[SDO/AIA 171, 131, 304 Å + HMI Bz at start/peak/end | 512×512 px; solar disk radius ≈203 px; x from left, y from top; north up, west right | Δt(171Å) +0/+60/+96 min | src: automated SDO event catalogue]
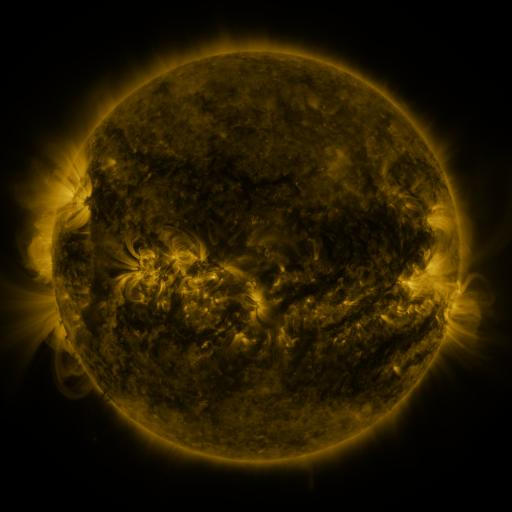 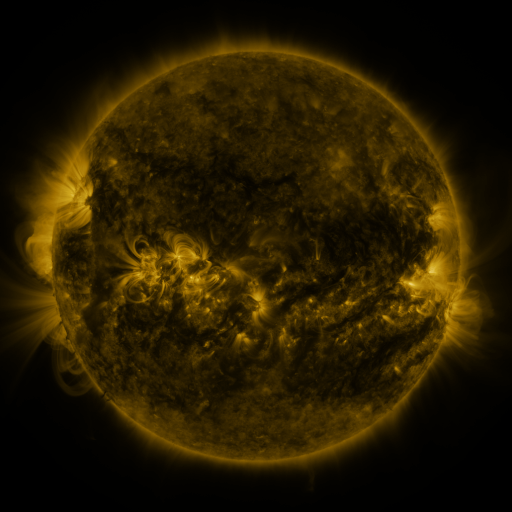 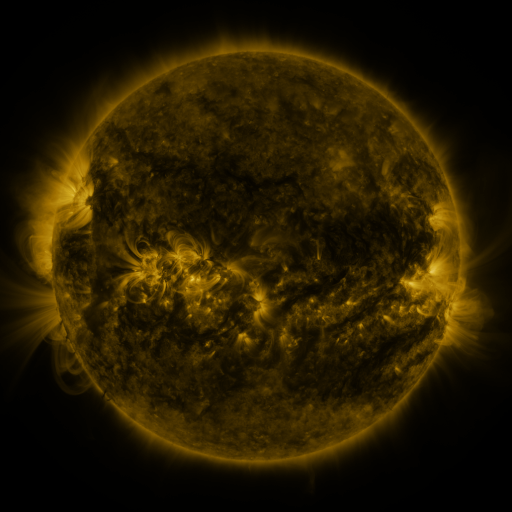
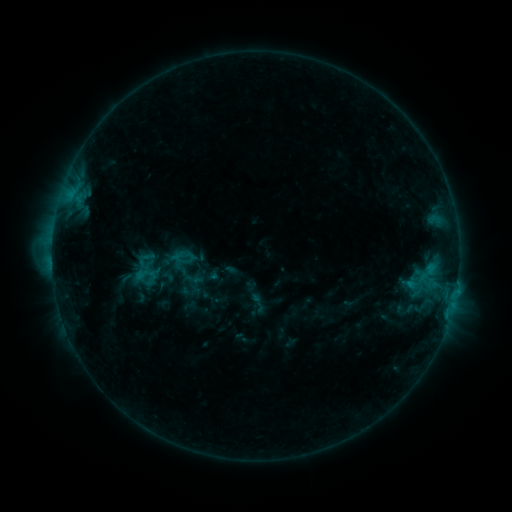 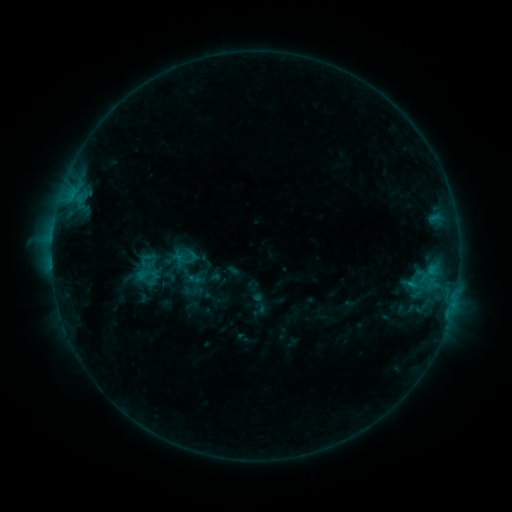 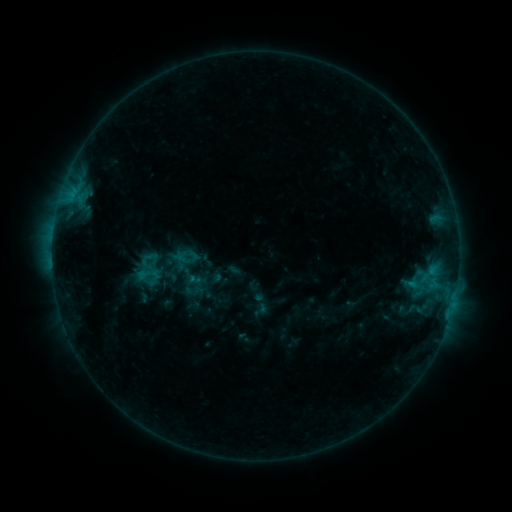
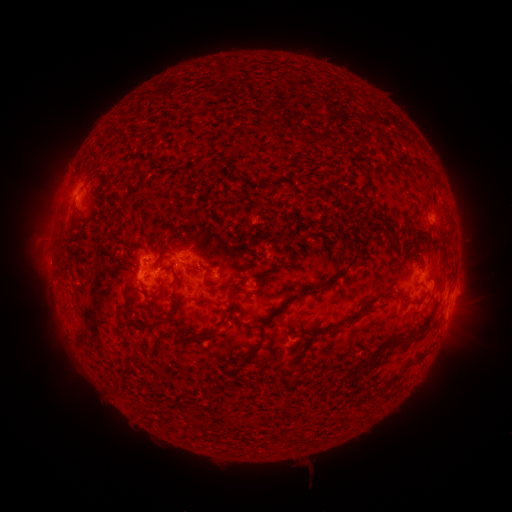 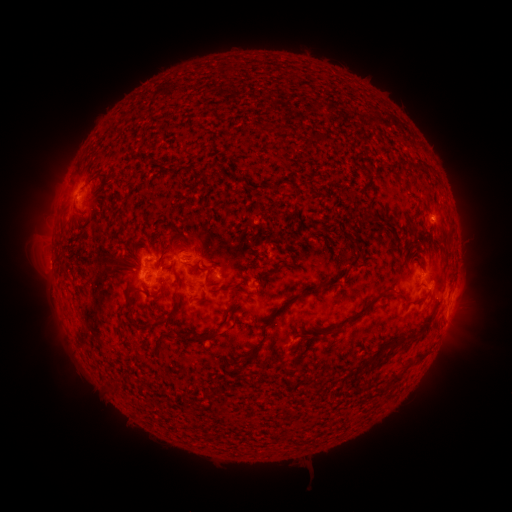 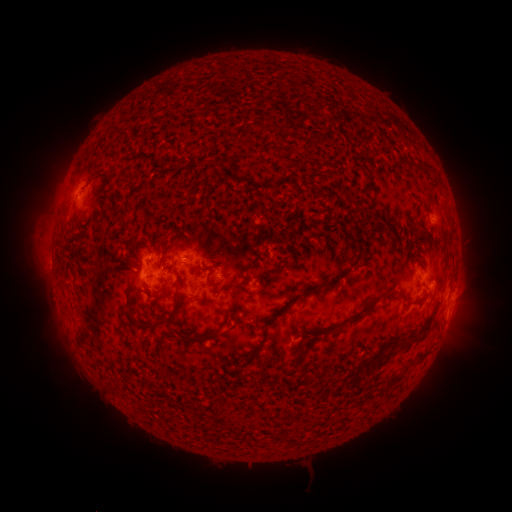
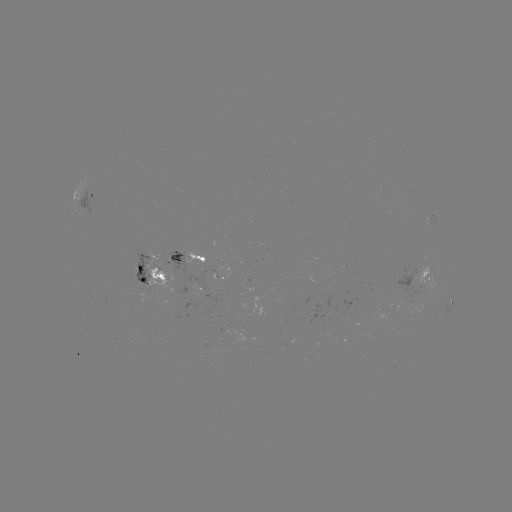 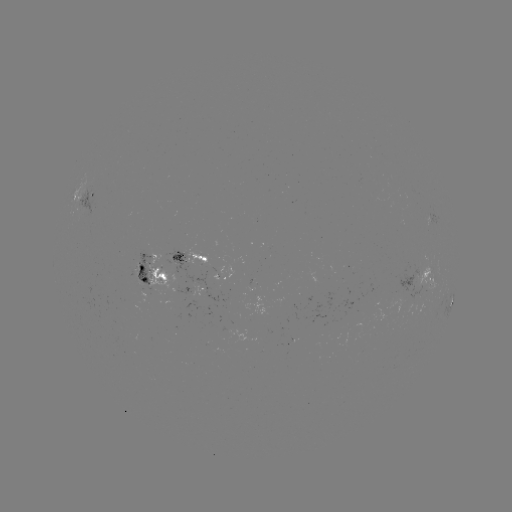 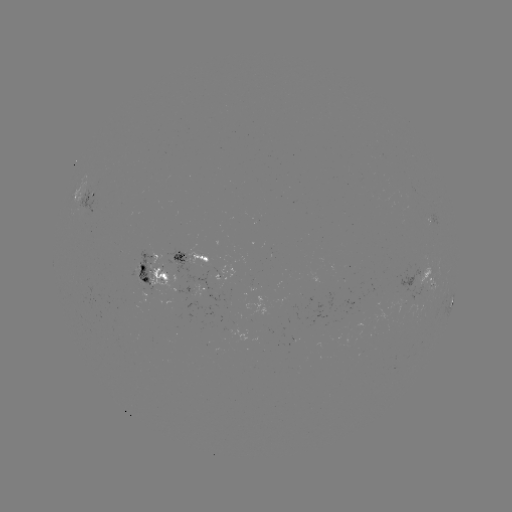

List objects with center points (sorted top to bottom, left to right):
emerging-flux region: (195, 258)
